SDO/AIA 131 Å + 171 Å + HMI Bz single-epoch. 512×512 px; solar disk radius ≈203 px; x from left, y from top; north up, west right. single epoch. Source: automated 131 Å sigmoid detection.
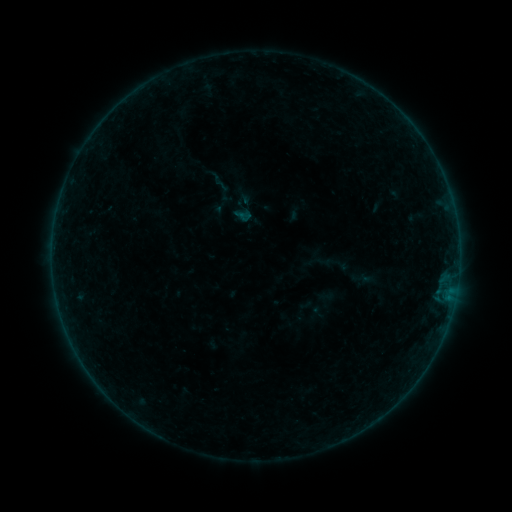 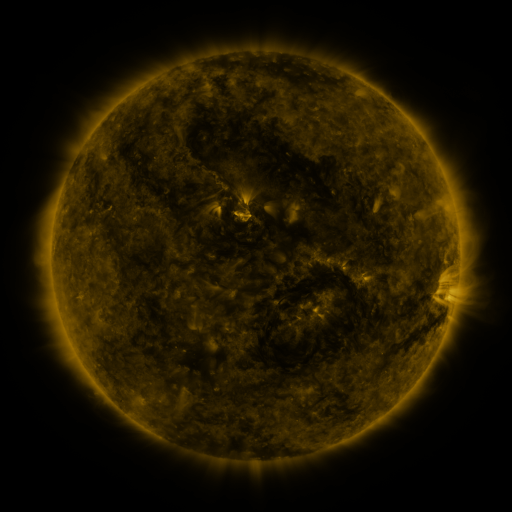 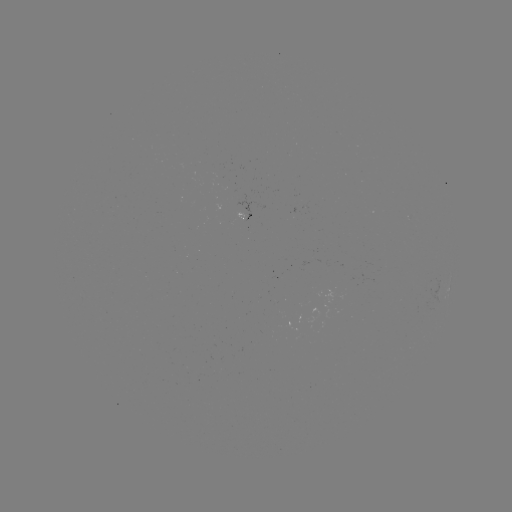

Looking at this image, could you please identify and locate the sigmoid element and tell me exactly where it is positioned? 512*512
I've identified sigmoid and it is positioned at [223, 192].